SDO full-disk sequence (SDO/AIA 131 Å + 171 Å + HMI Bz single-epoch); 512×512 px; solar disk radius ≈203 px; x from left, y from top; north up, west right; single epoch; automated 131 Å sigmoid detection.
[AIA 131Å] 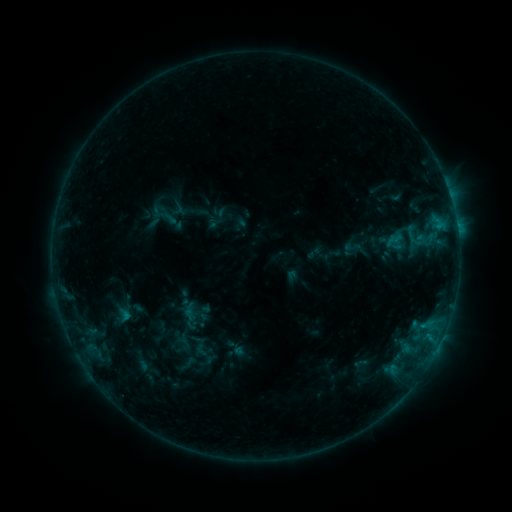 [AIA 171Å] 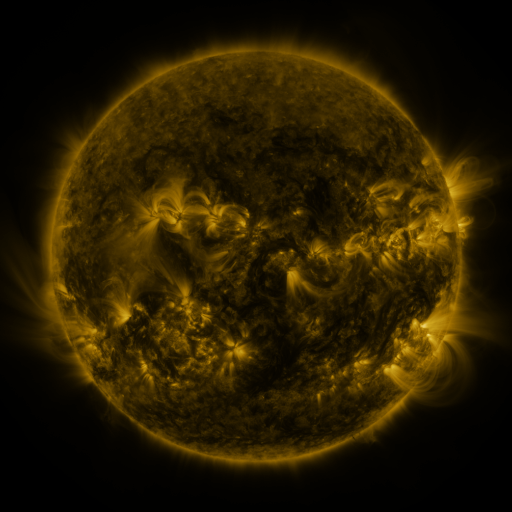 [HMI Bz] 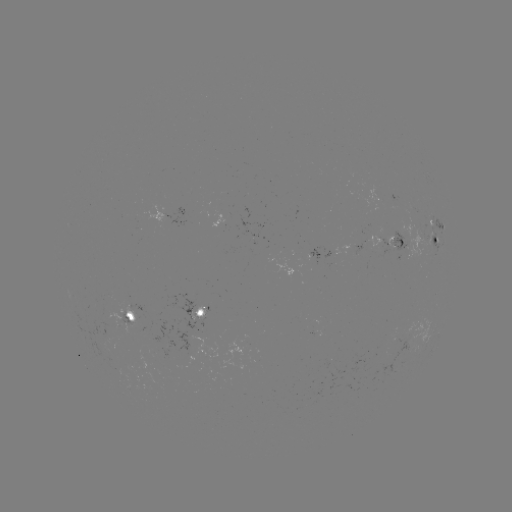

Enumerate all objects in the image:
sigmoid: [150, 200, 178, 231]
